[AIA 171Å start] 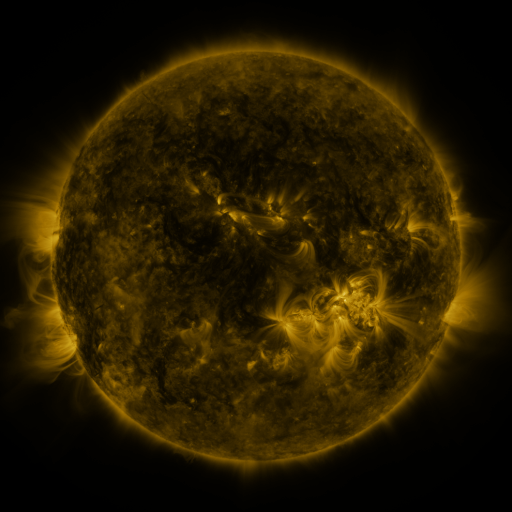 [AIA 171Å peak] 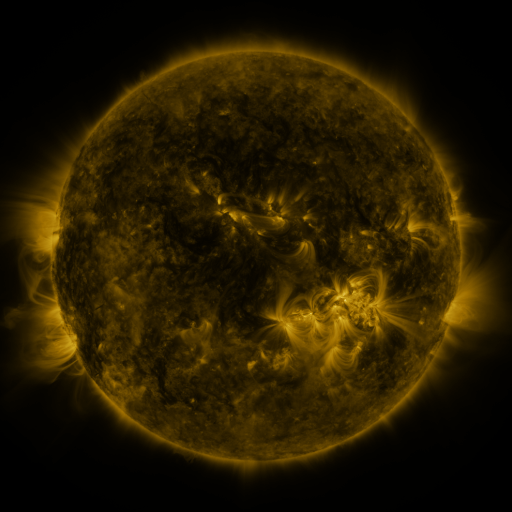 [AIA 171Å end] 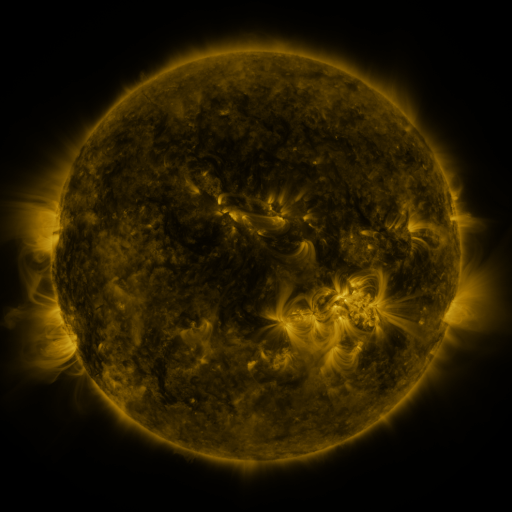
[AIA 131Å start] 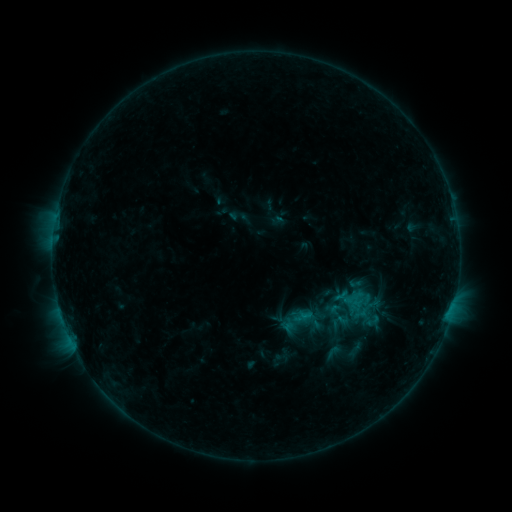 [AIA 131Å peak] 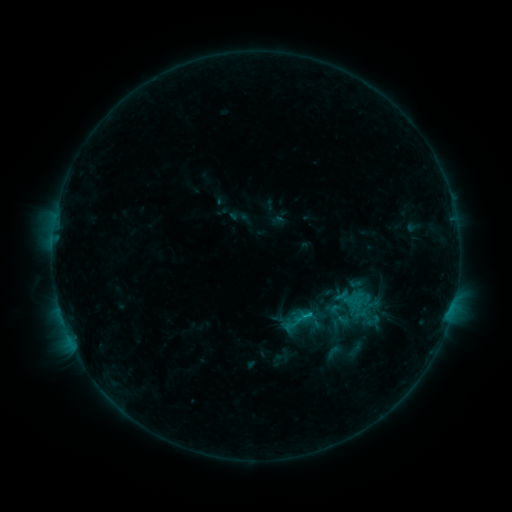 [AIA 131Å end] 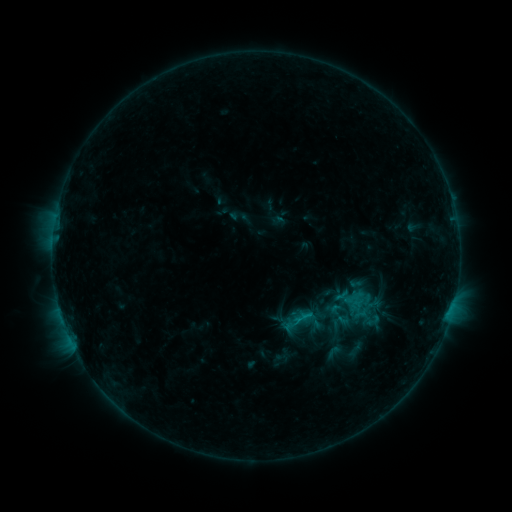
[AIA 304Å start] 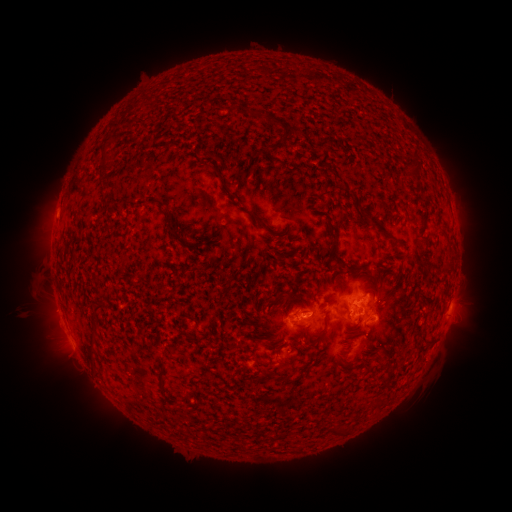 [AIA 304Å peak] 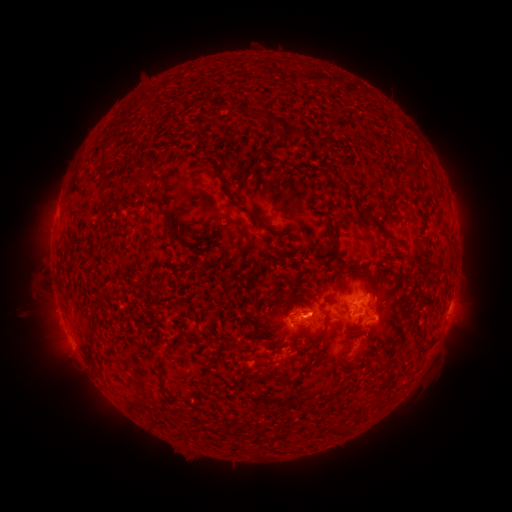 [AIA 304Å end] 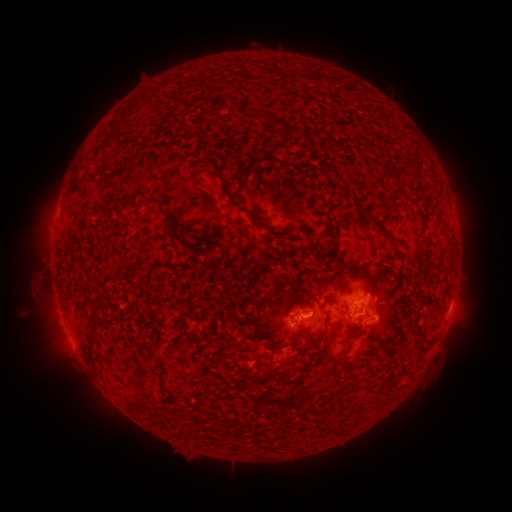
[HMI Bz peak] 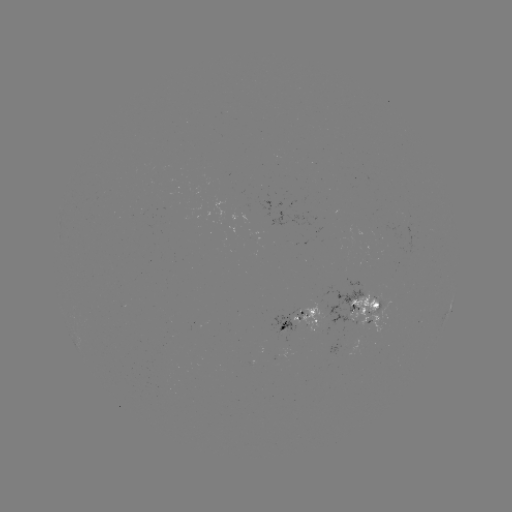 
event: flare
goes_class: B7.3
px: (307, 311)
